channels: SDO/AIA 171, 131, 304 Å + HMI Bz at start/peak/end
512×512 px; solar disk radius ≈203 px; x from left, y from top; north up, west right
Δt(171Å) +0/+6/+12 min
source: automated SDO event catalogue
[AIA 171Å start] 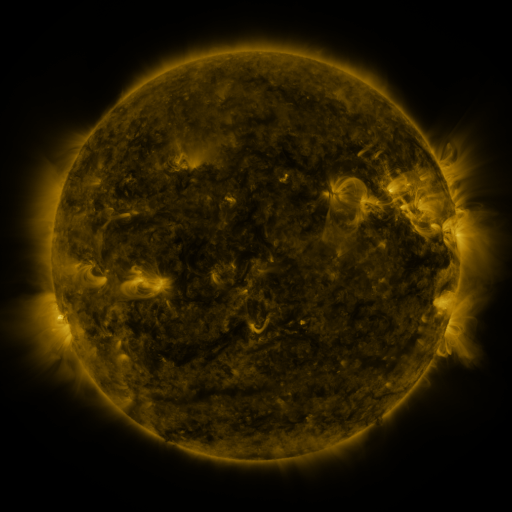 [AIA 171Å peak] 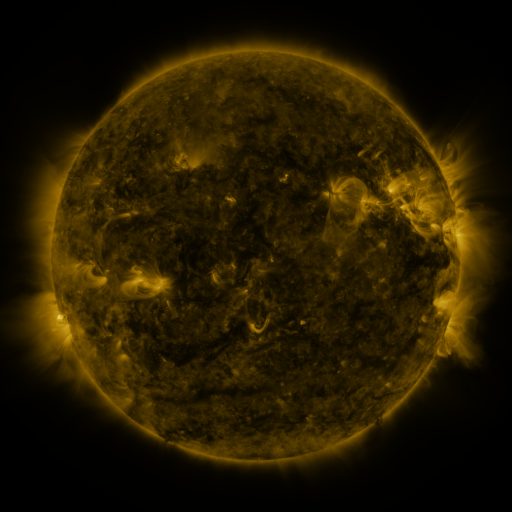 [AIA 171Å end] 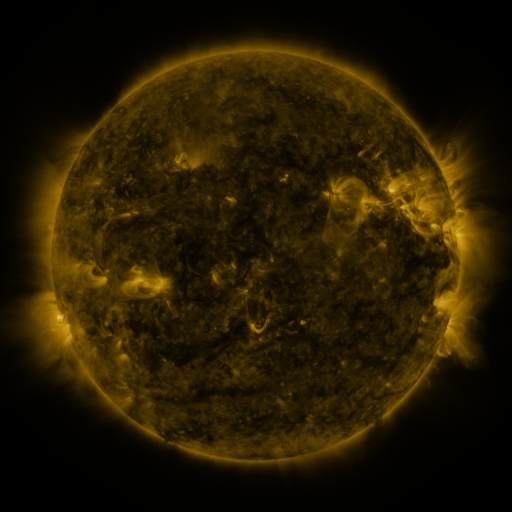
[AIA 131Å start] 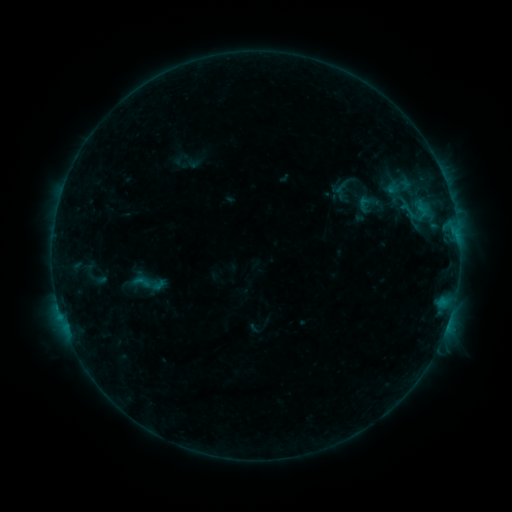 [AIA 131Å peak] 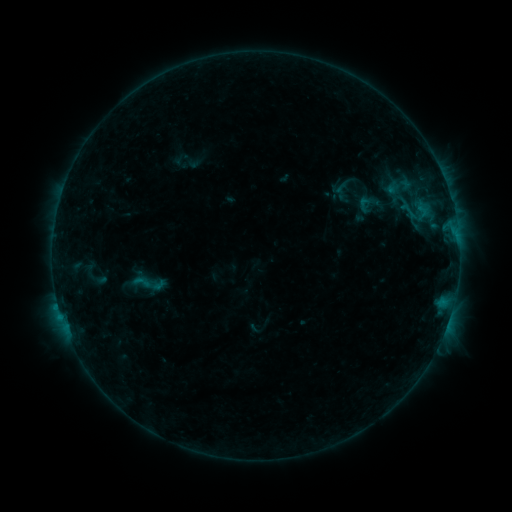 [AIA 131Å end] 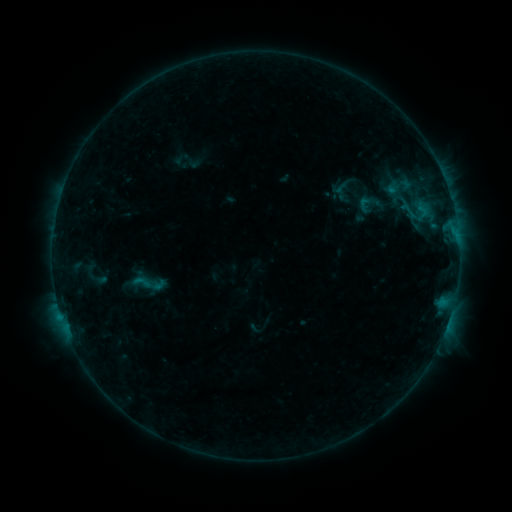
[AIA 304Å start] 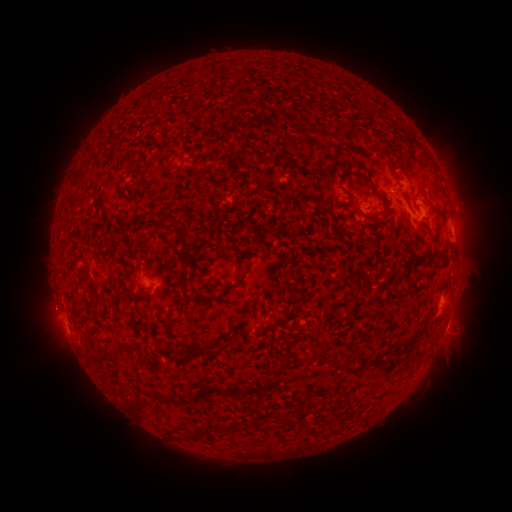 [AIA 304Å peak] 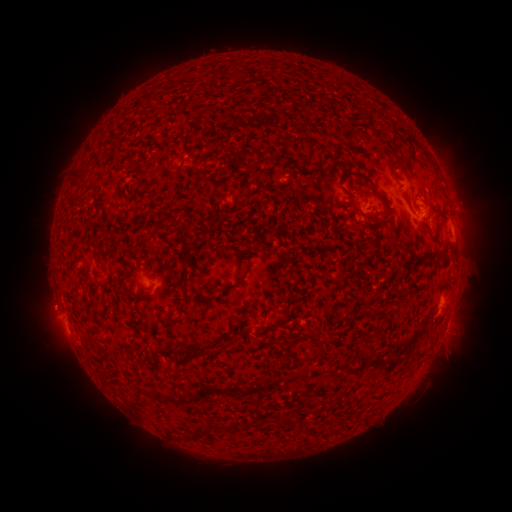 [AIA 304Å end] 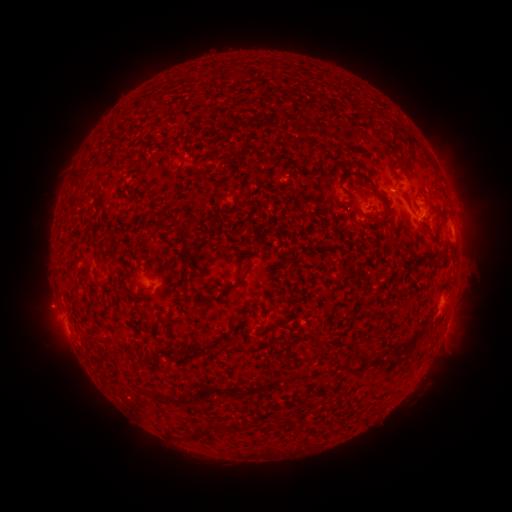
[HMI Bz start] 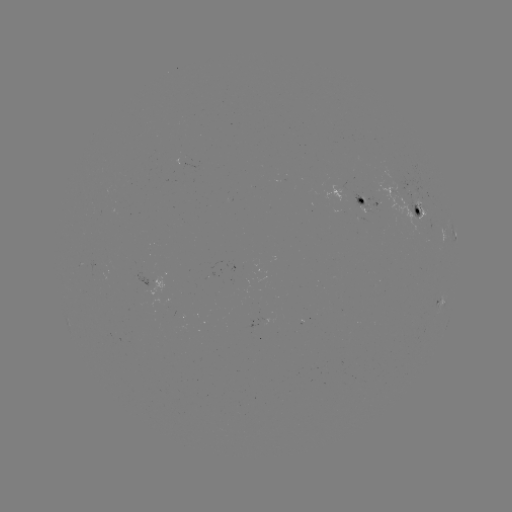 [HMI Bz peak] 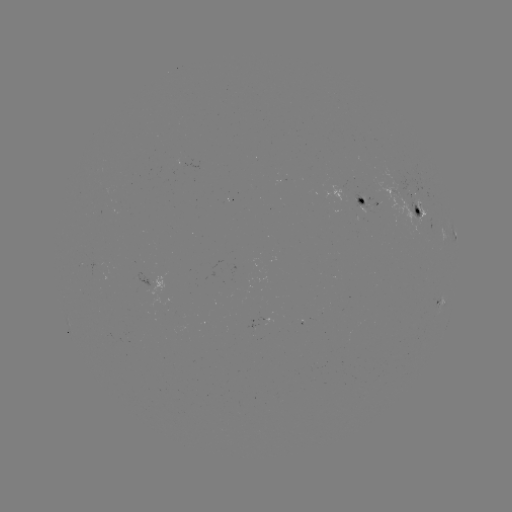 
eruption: (18, 280, 78, 336)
